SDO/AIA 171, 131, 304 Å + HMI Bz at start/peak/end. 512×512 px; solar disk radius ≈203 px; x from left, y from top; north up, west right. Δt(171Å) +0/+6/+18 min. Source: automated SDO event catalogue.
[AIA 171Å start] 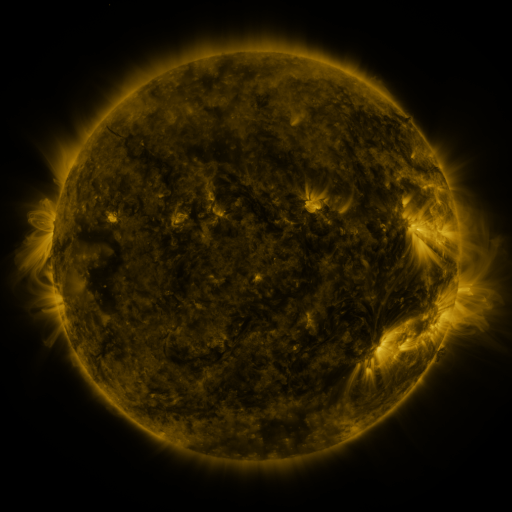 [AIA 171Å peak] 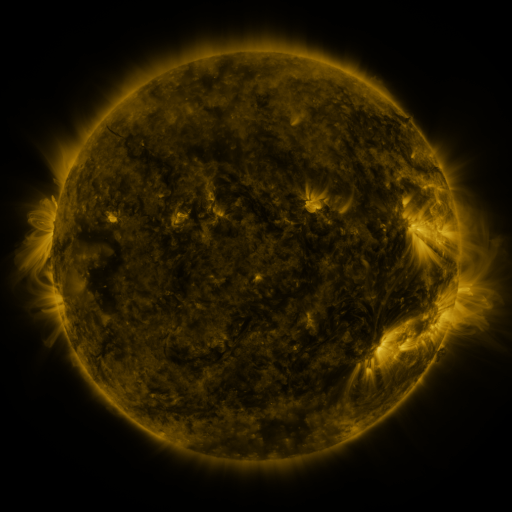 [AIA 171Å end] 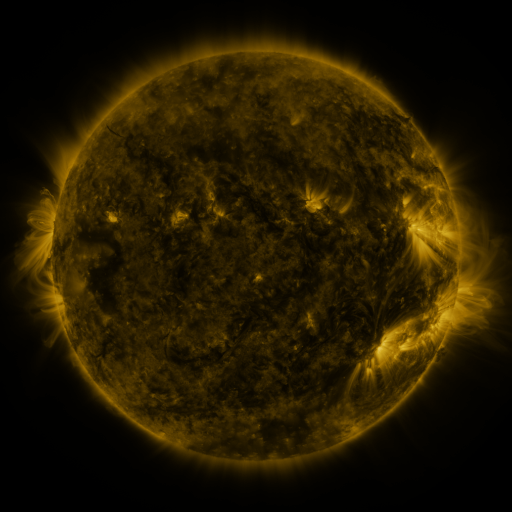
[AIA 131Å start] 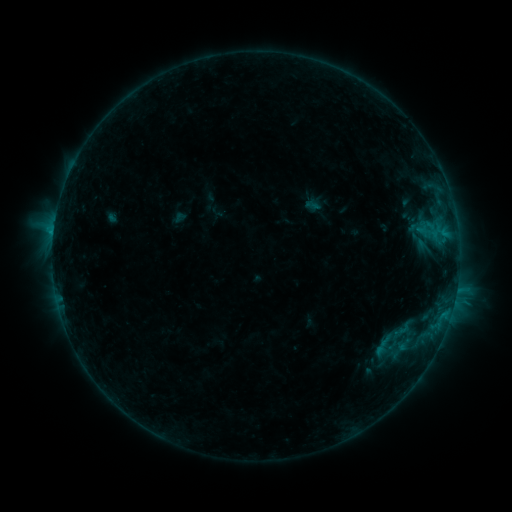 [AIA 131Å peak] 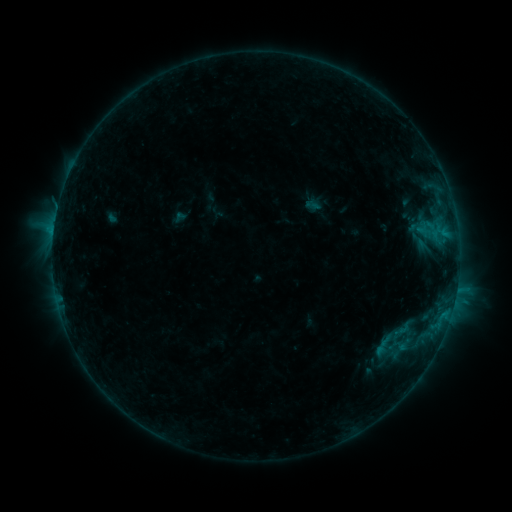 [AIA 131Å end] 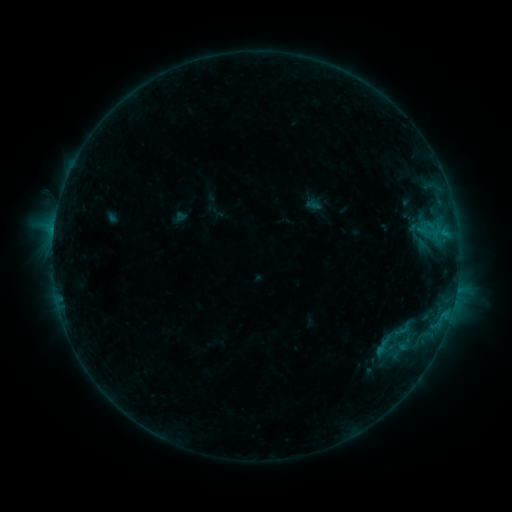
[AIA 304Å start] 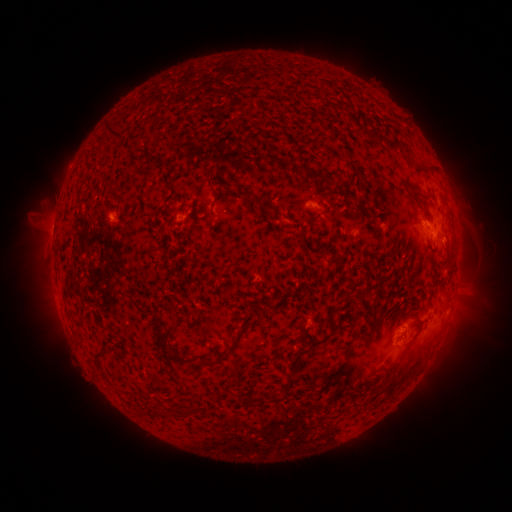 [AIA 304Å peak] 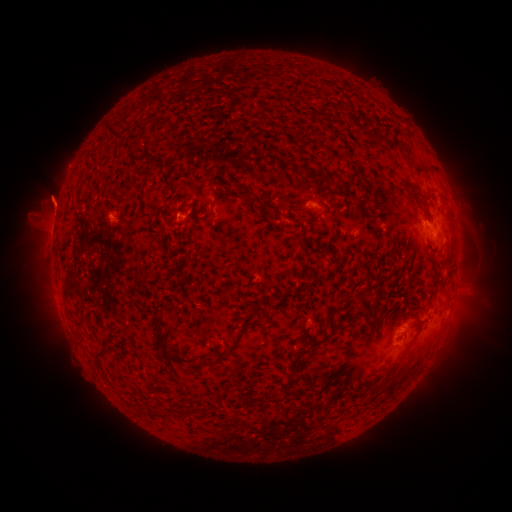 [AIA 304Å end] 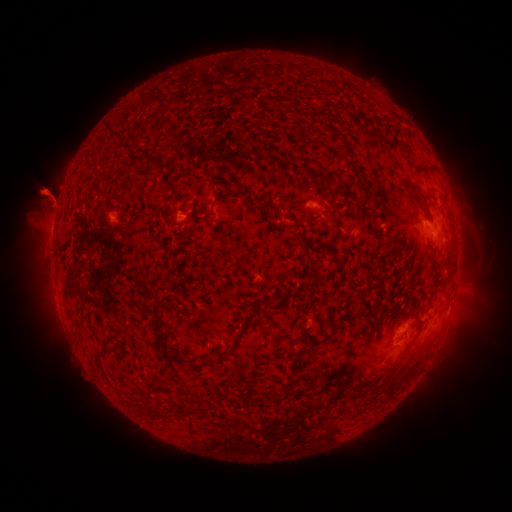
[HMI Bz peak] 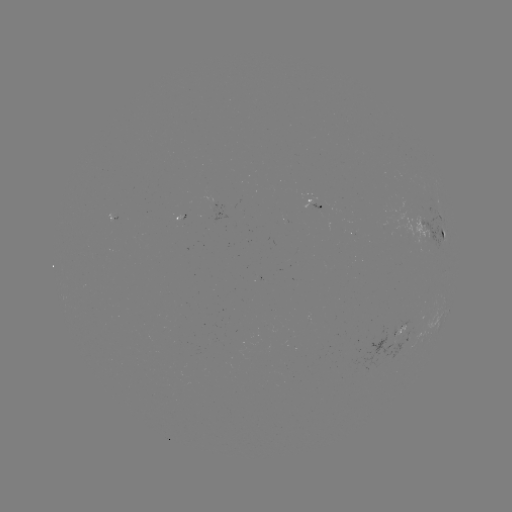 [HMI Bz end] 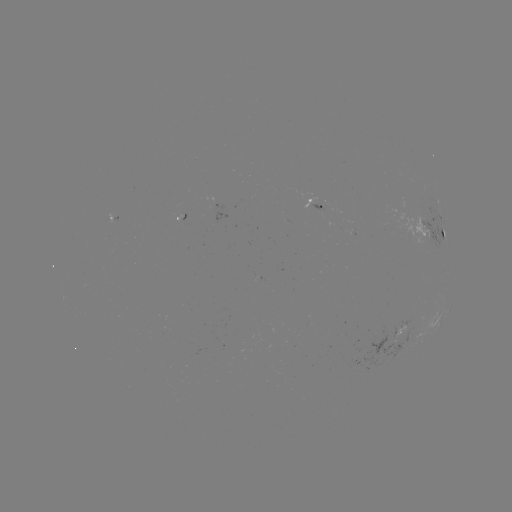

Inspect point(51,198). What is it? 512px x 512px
eruption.